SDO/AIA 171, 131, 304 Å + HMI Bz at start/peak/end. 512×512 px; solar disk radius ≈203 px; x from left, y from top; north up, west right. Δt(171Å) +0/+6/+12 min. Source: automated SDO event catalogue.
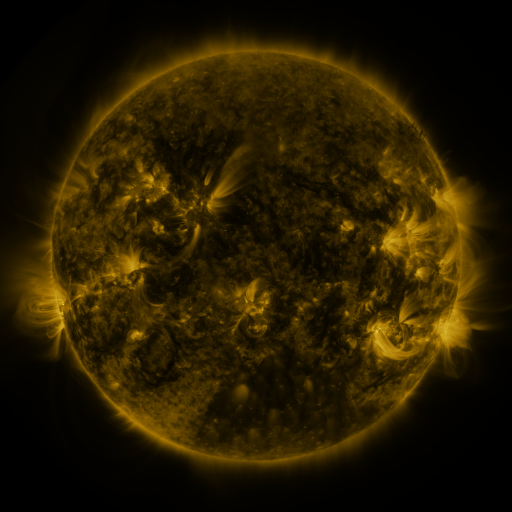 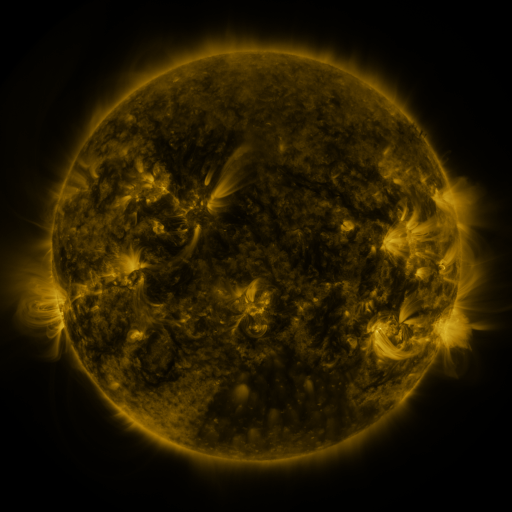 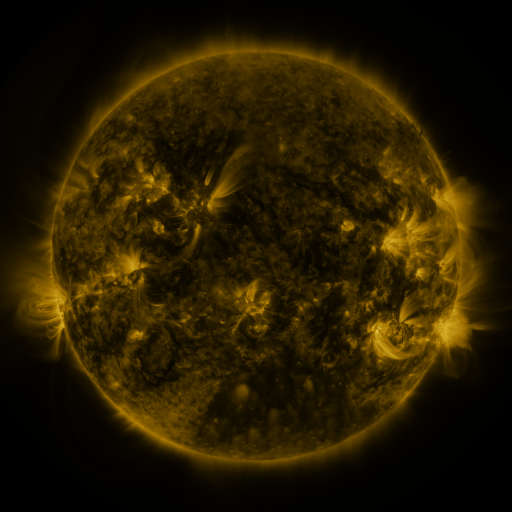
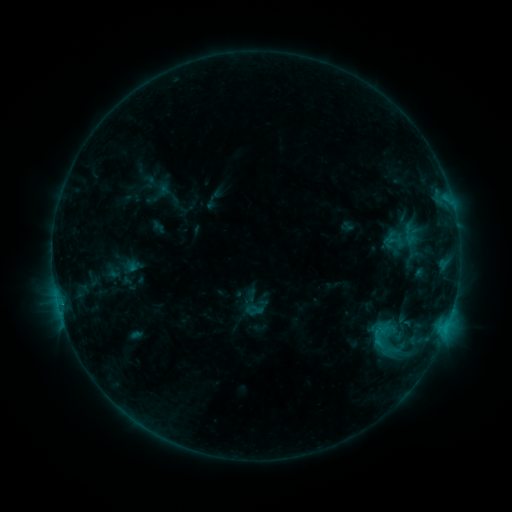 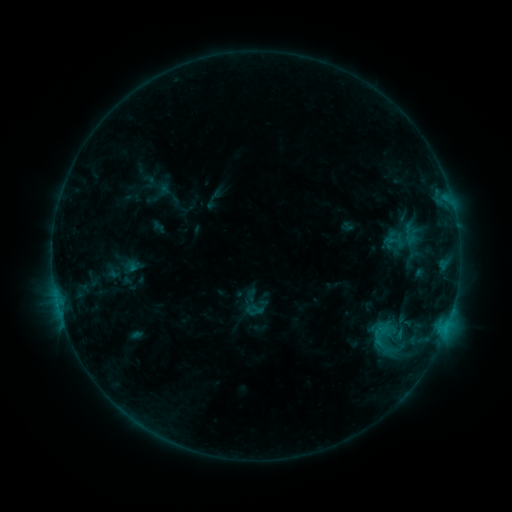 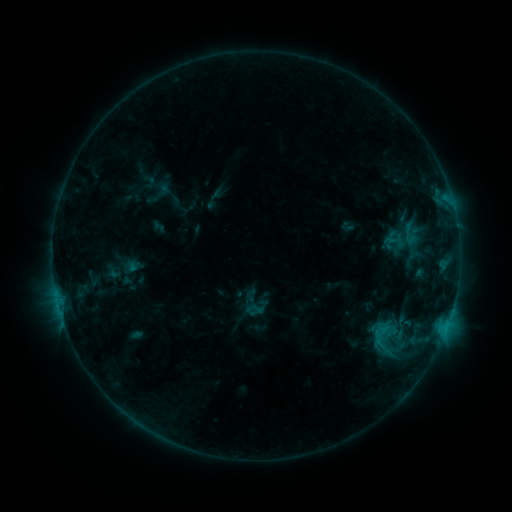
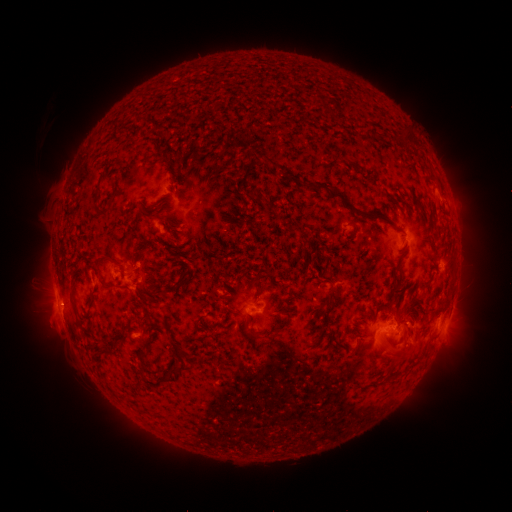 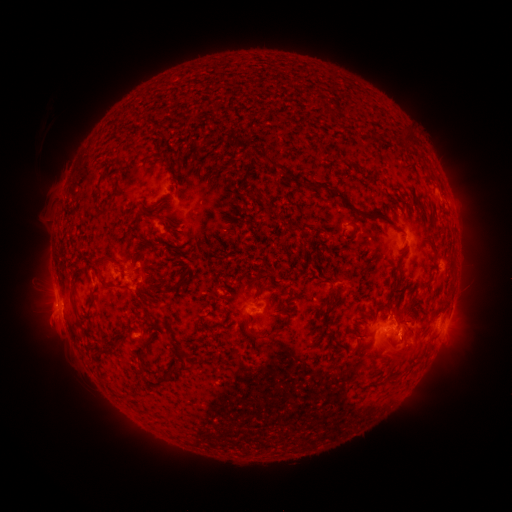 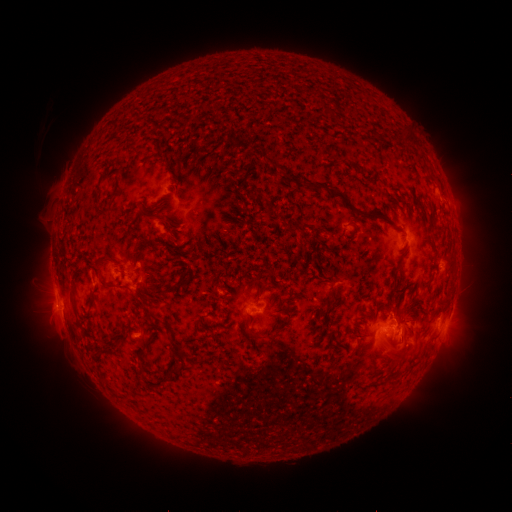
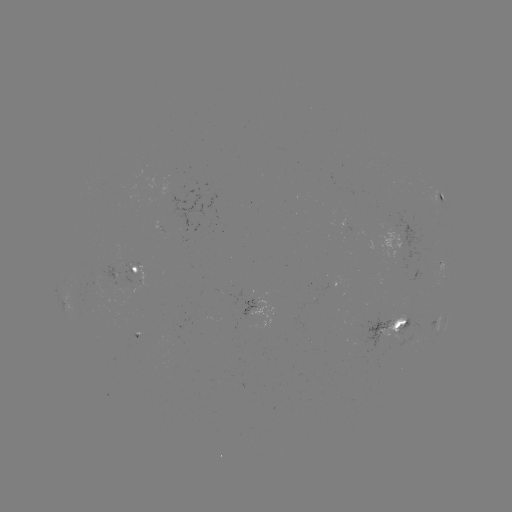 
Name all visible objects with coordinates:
eruption: (410, 332)
